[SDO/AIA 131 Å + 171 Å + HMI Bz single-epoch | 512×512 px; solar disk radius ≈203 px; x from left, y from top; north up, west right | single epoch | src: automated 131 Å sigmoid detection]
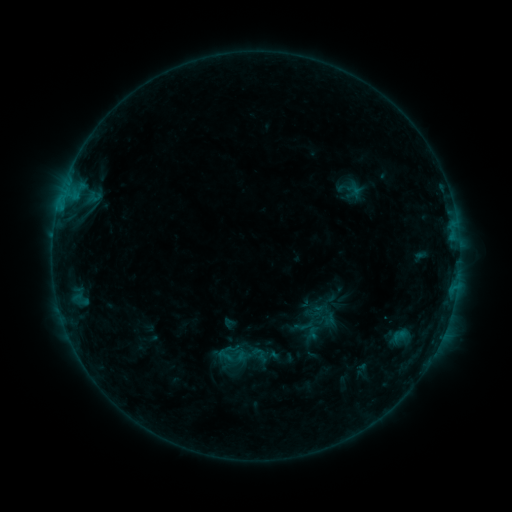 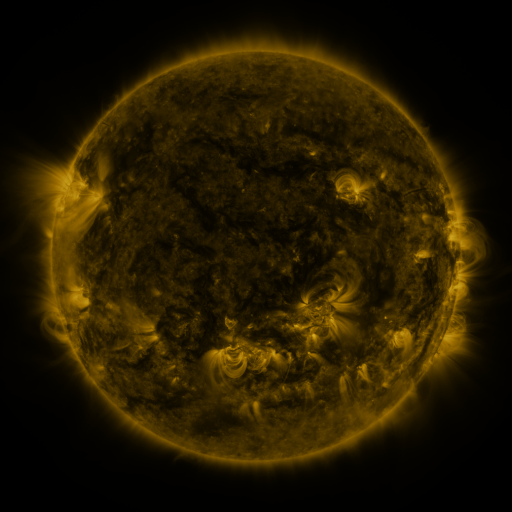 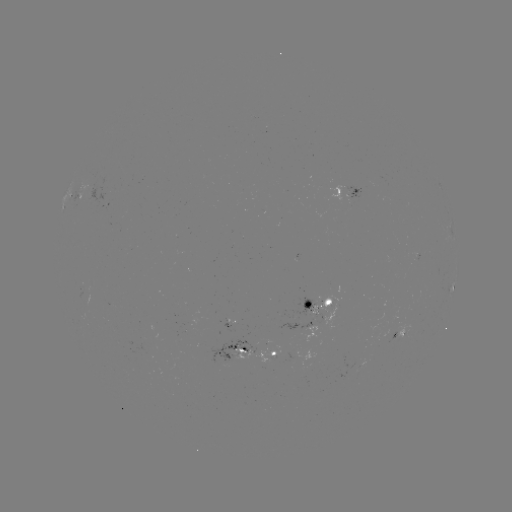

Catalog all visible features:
sigmoid: (314, 314)
sigmoid: (224, 356)
